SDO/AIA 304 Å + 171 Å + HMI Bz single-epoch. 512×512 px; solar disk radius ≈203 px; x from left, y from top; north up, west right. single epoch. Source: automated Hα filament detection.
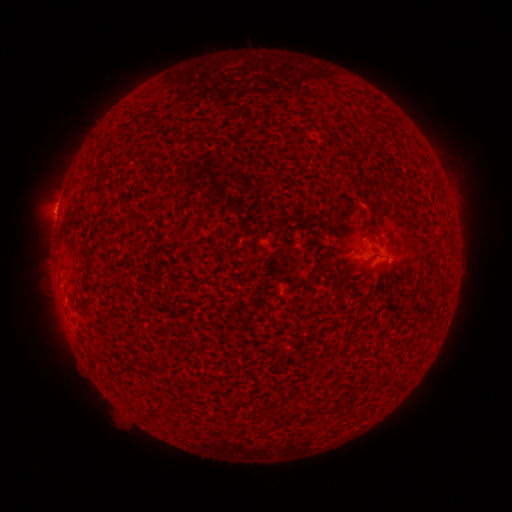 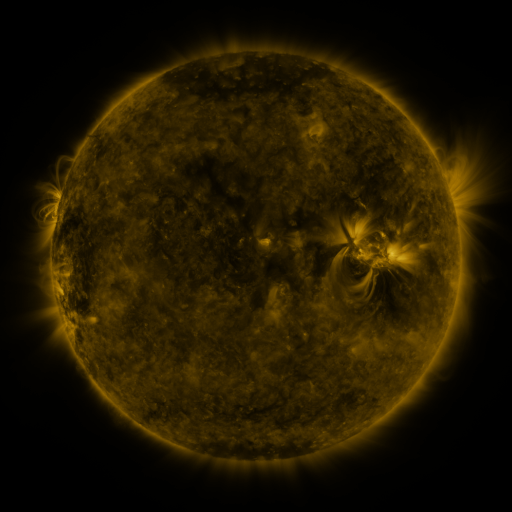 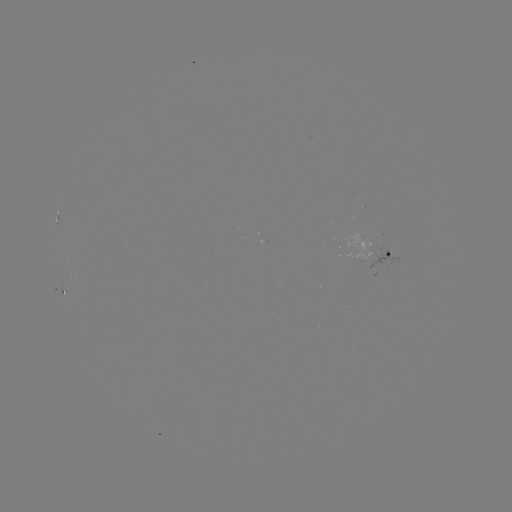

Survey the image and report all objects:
filament: (372, 144)
filament: (196, 209)
filament: (207, 228)
filament: (369, 262)
